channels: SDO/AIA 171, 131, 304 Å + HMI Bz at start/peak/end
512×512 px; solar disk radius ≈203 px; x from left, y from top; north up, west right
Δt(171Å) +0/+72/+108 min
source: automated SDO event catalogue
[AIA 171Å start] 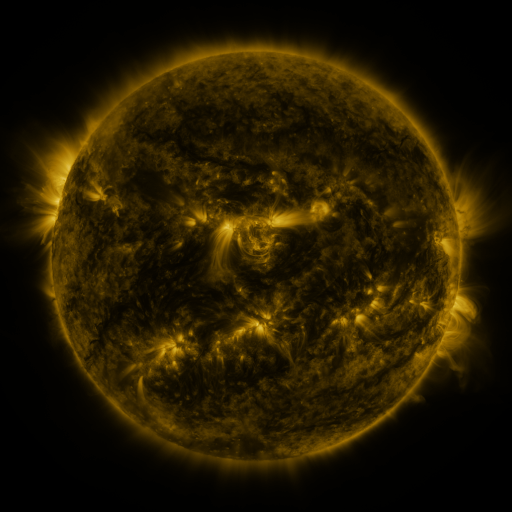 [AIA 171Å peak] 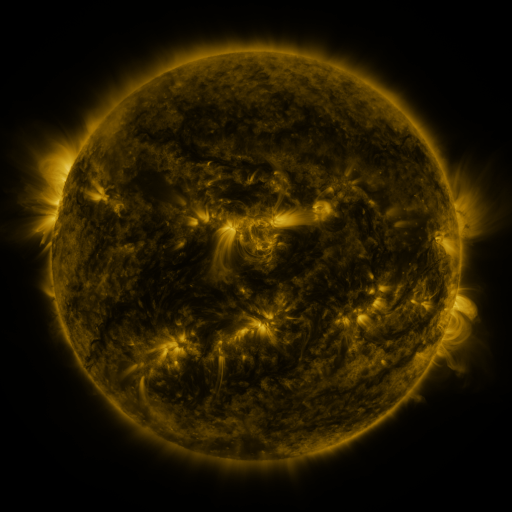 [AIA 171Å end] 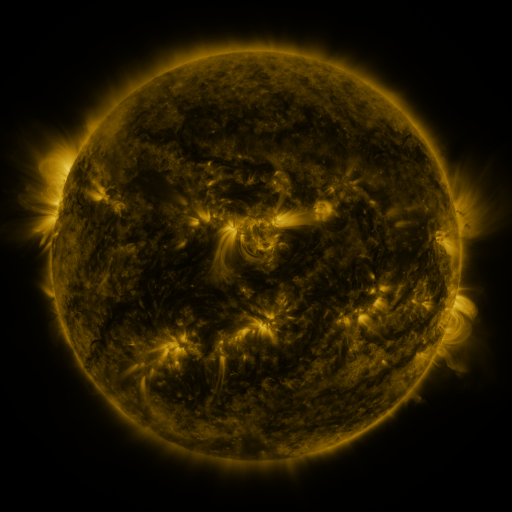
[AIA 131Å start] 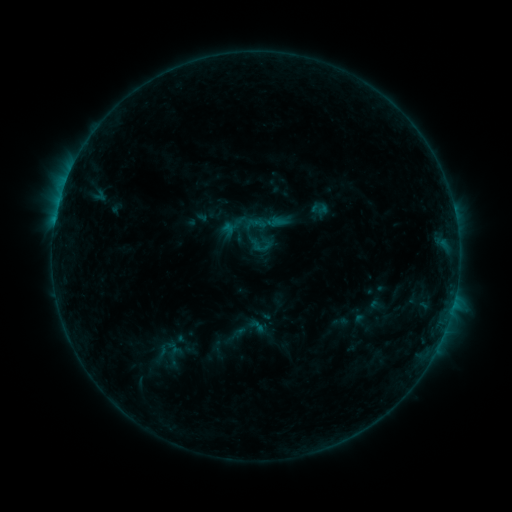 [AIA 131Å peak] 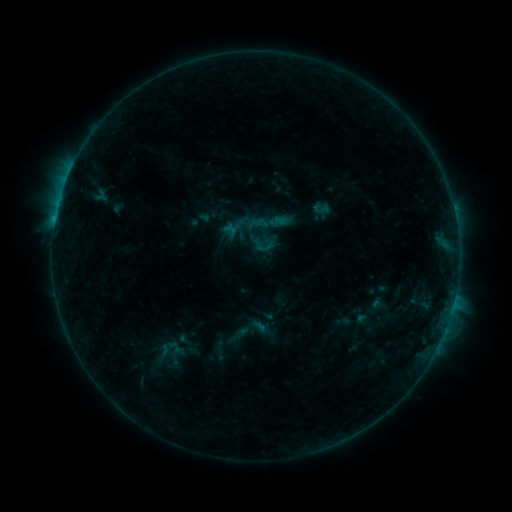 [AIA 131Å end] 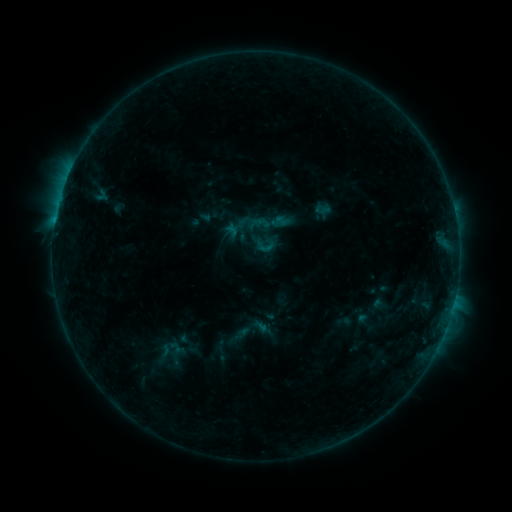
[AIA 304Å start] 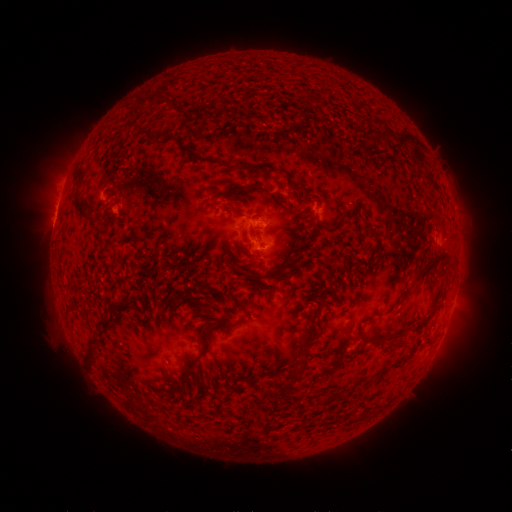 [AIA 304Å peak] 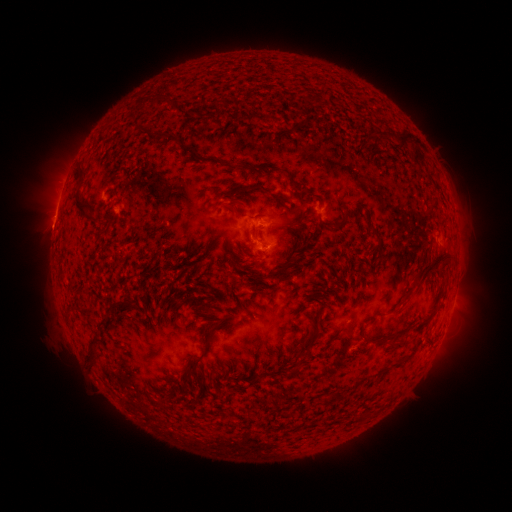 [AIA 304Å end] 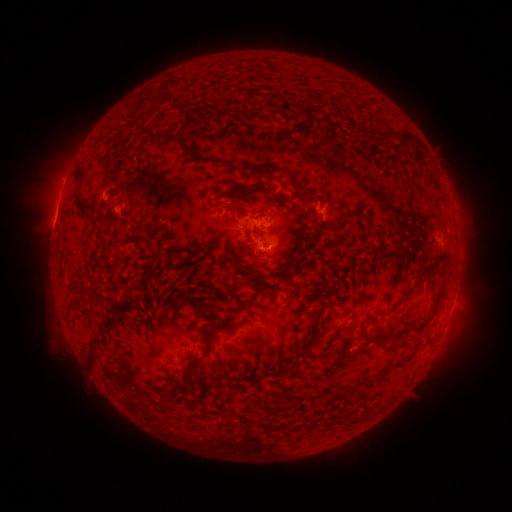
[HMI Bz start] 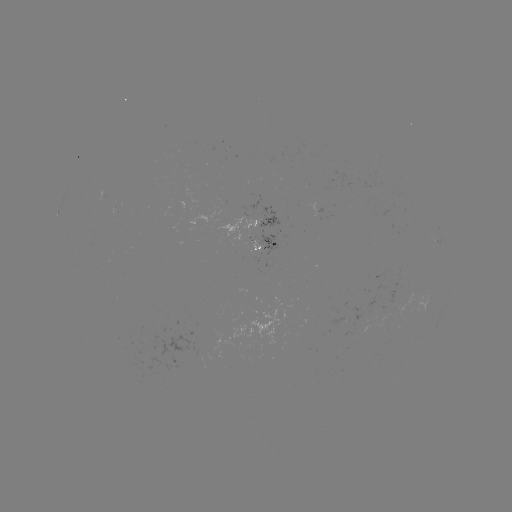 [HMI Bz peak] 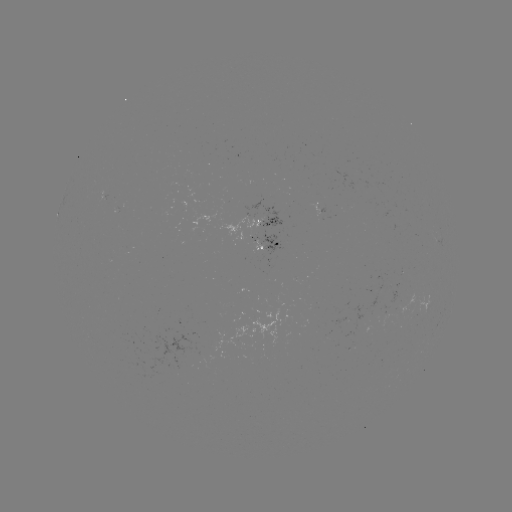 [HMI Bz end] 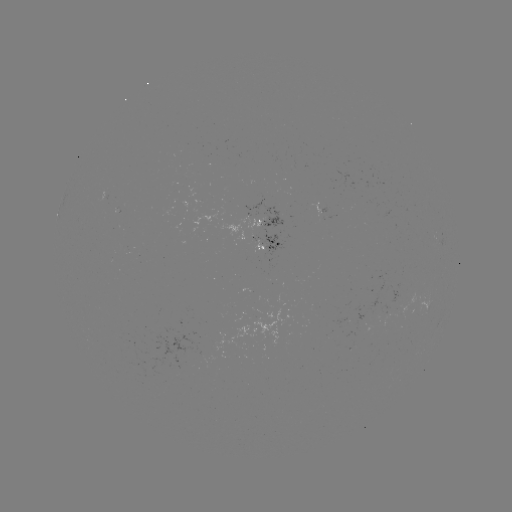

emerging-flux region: <bbox>379, 312, 391, 326</bbox>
